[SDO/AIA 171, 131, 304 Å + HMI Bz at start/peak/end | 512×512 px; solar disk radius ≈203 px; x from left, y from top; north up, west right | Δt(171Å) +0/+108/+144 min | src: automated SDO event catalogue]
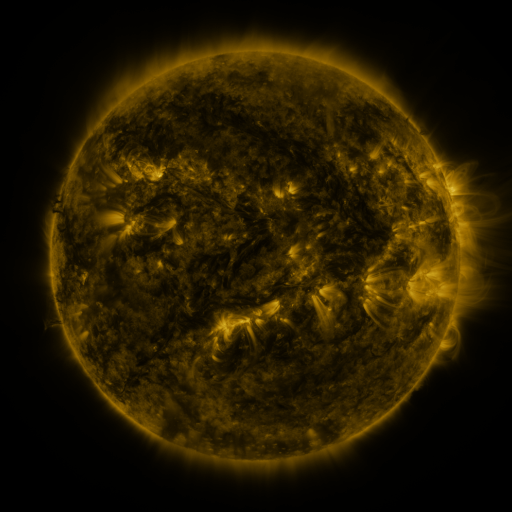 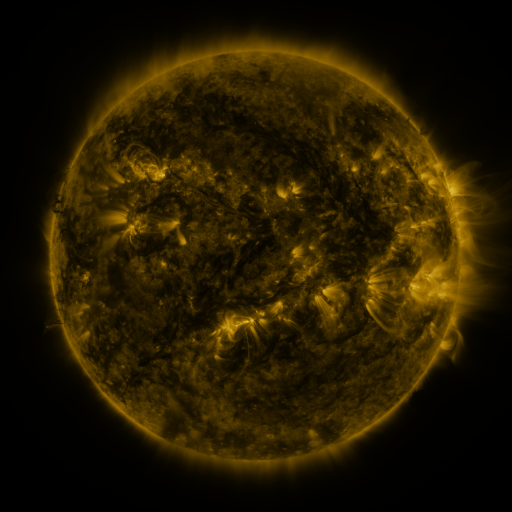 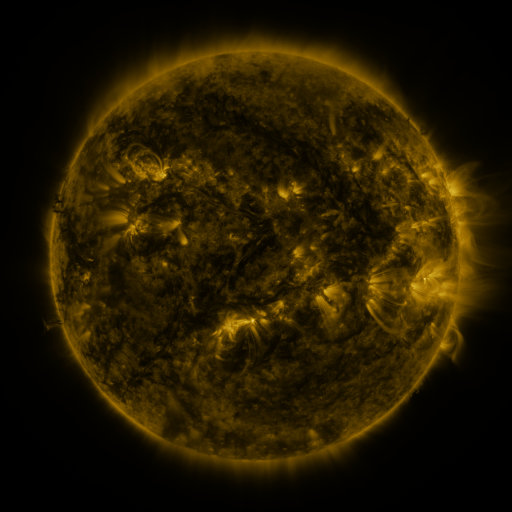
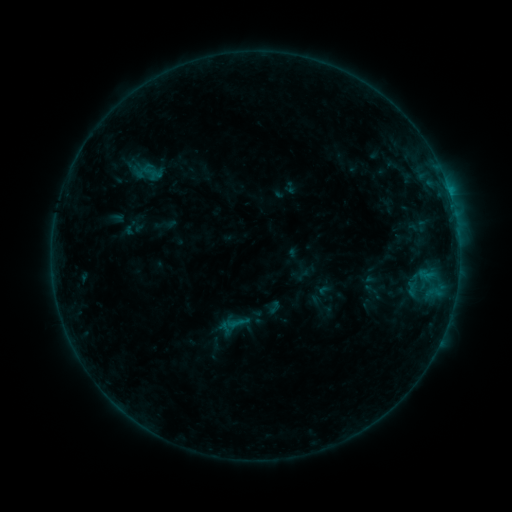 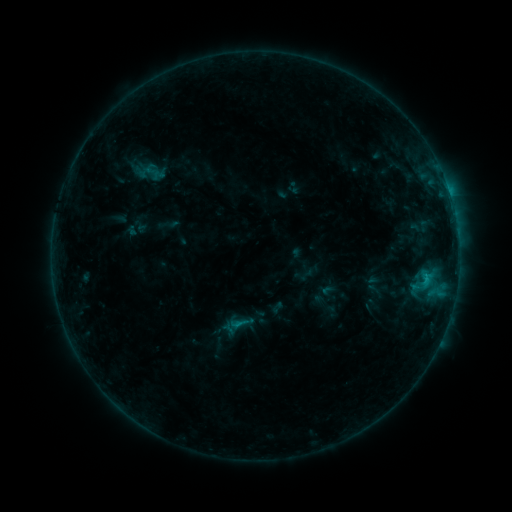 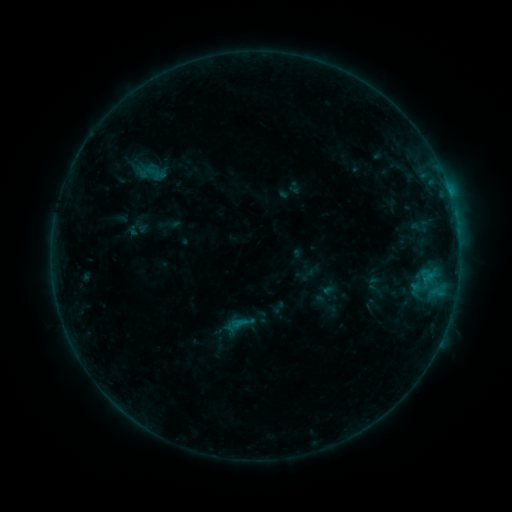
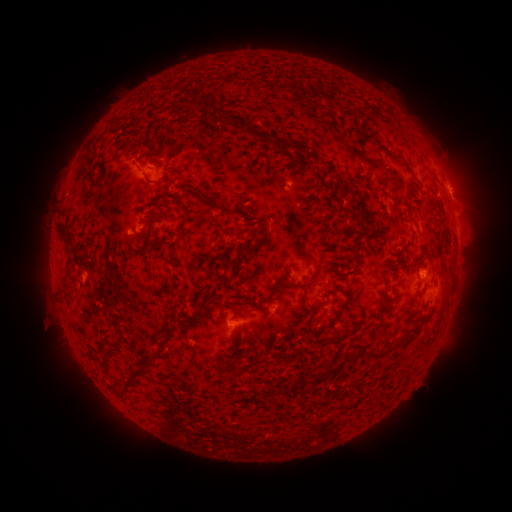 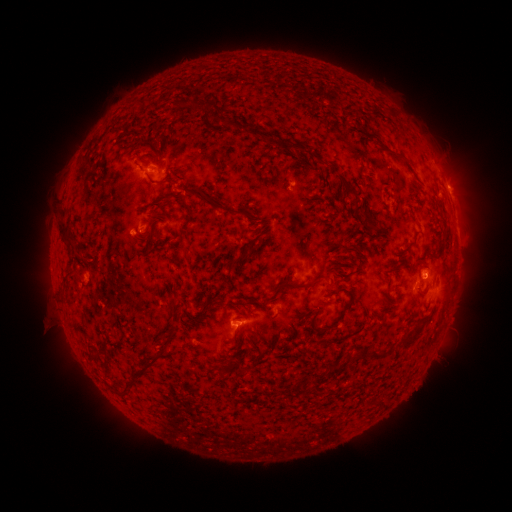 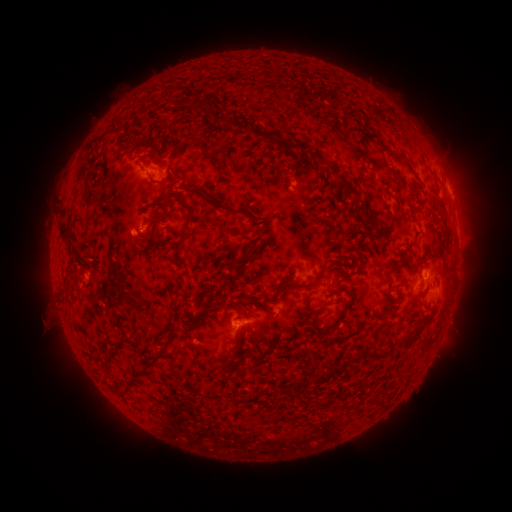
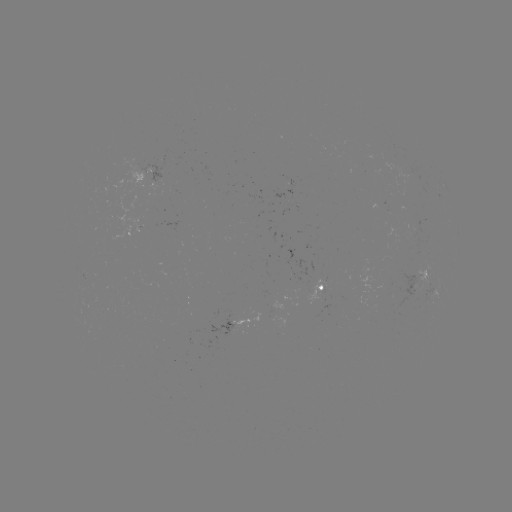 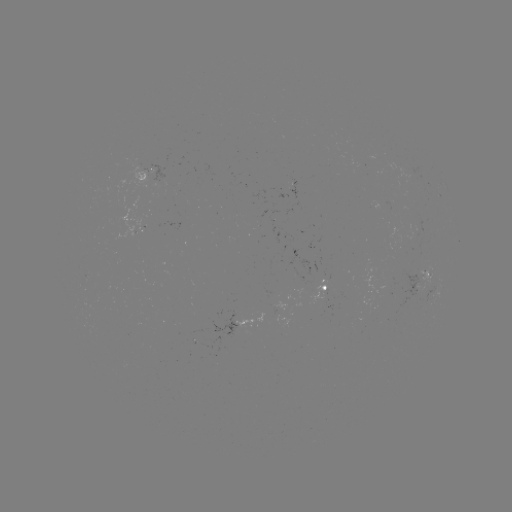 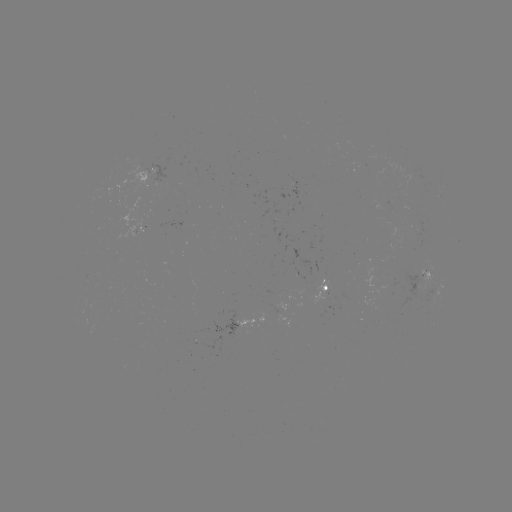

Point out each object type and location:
emerging-flux region: (141, 173)
